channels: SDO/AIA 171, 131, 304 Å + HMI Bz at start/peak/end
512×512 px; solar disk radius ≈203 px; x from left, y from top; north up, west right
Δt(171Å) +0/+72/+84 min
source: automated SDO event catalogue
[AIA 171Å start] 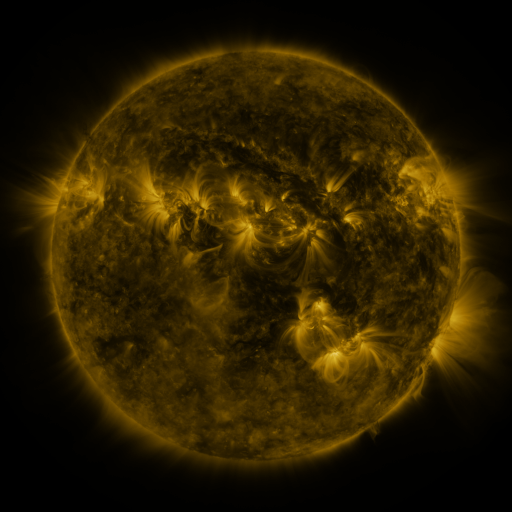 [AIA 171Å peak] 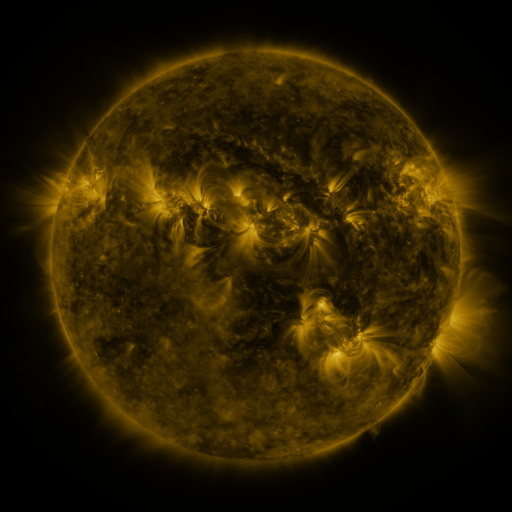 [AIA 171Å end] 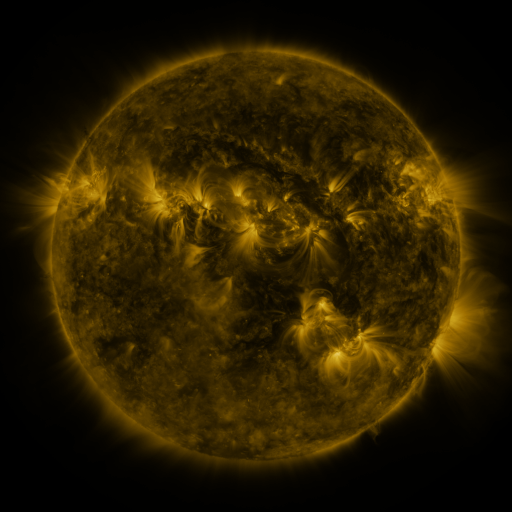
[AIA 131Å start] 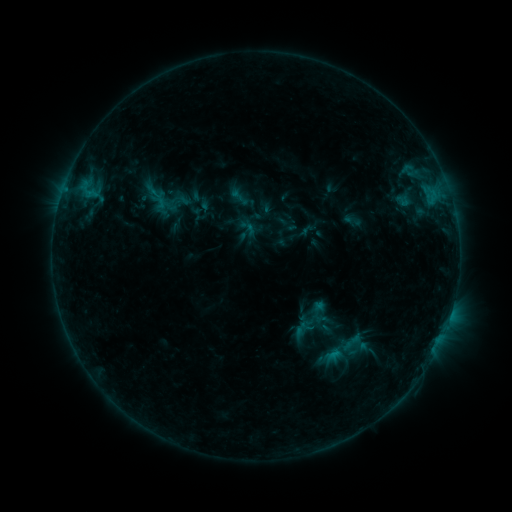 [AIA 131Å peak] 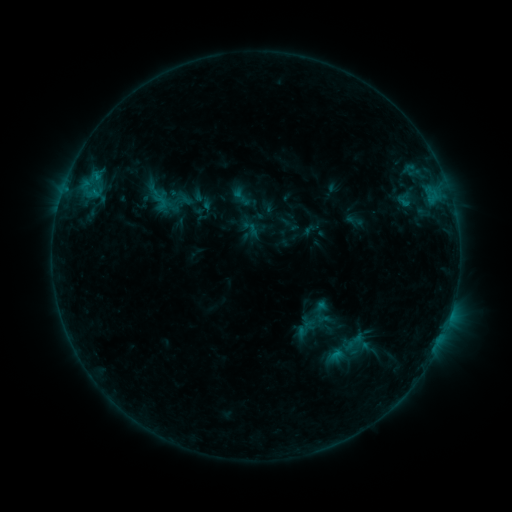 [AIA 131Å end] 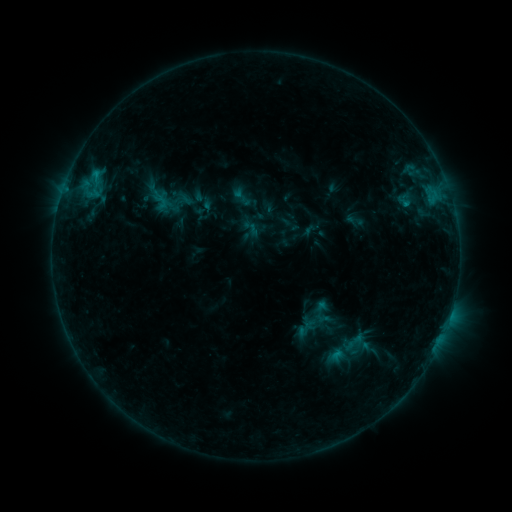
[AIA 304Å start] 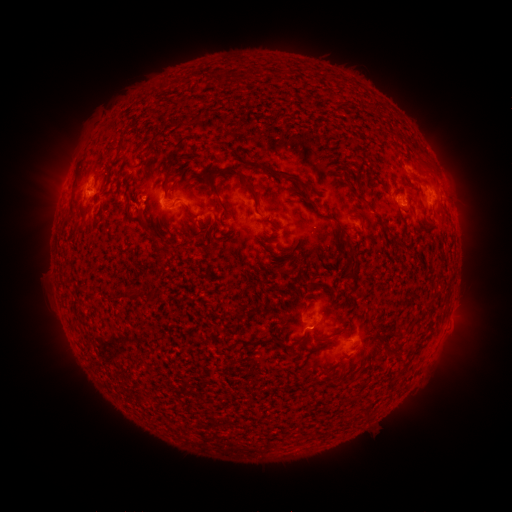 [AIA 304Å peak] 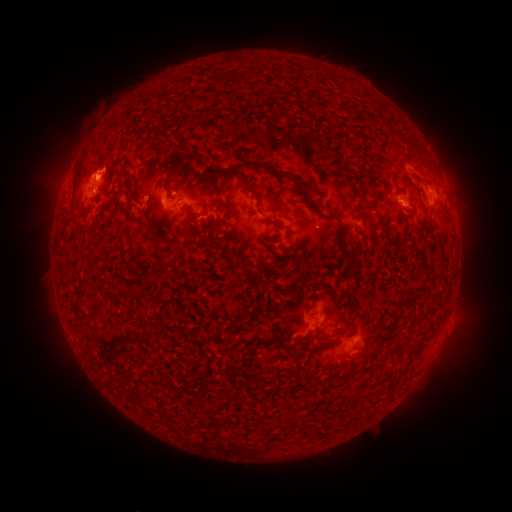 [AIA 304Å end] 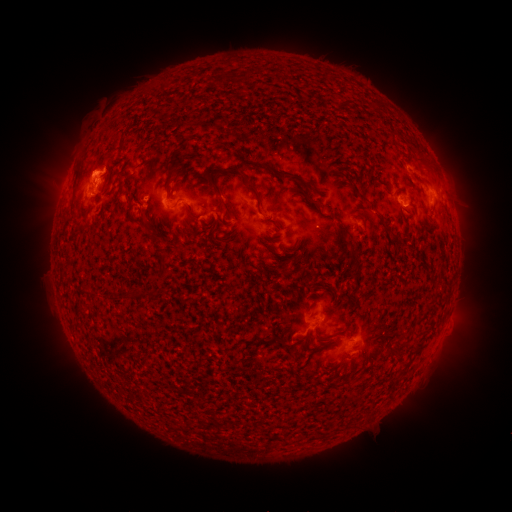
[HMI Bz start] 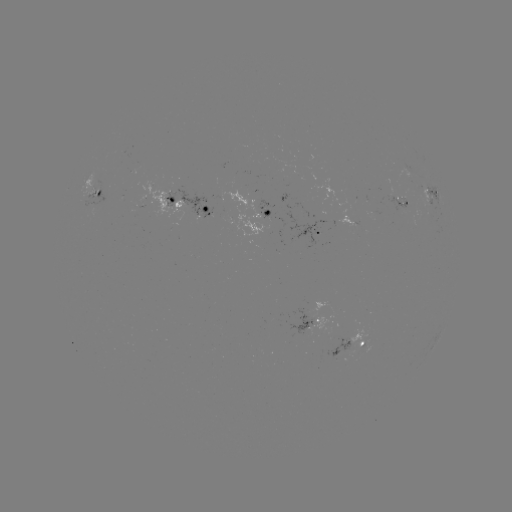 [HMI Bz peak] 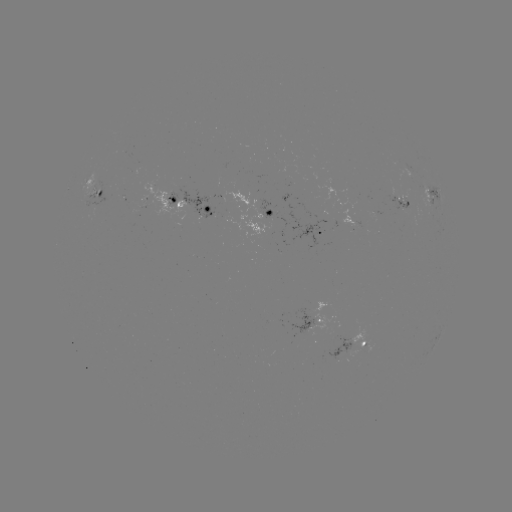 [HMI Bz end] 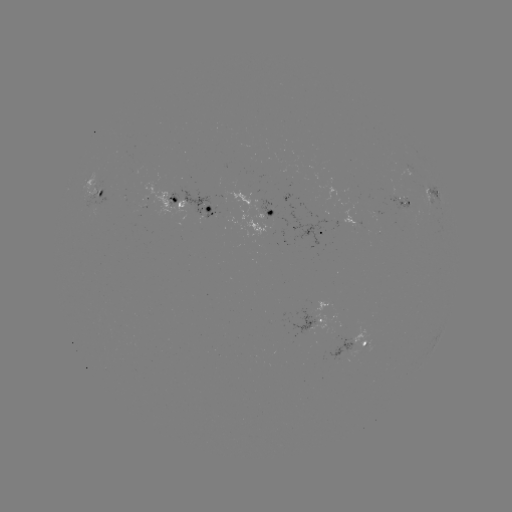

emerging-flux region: (387, 196, 411, 210)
